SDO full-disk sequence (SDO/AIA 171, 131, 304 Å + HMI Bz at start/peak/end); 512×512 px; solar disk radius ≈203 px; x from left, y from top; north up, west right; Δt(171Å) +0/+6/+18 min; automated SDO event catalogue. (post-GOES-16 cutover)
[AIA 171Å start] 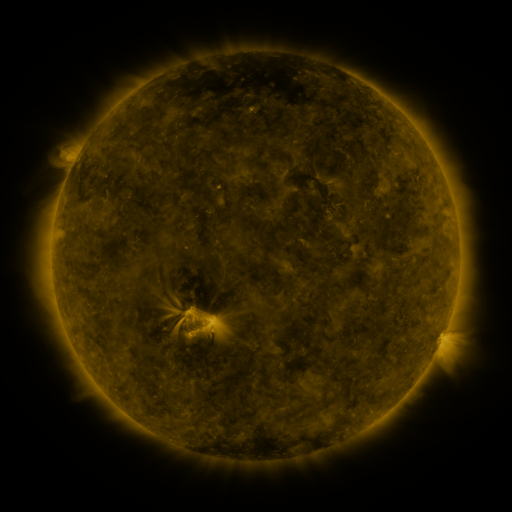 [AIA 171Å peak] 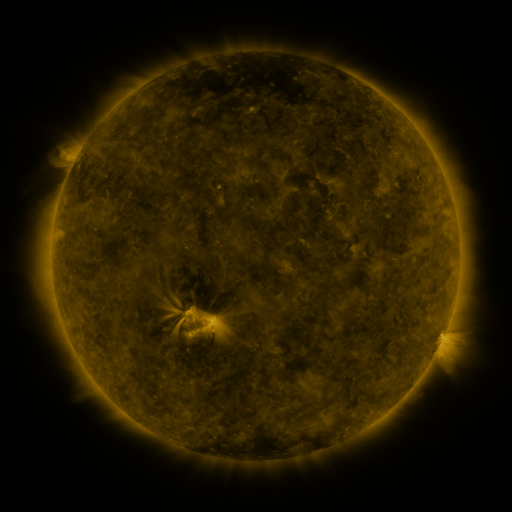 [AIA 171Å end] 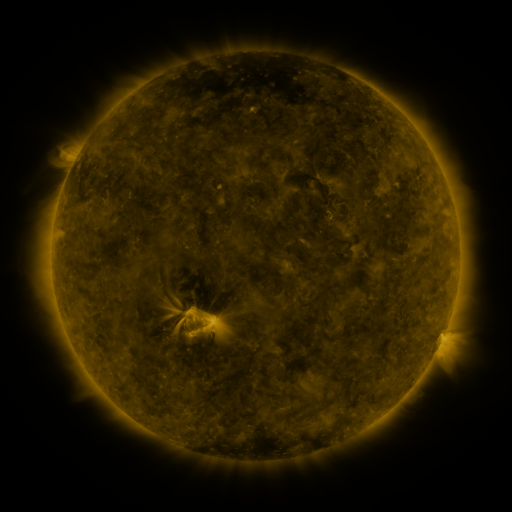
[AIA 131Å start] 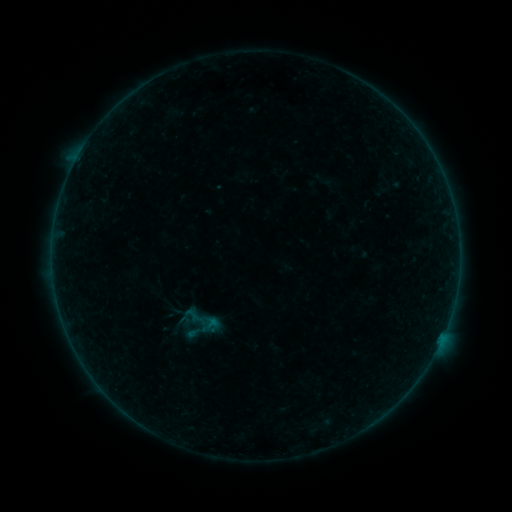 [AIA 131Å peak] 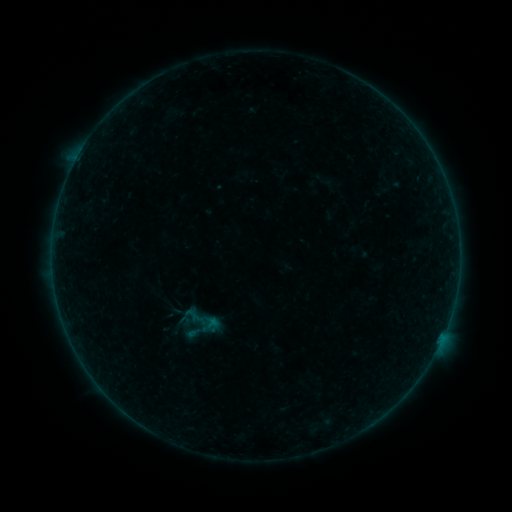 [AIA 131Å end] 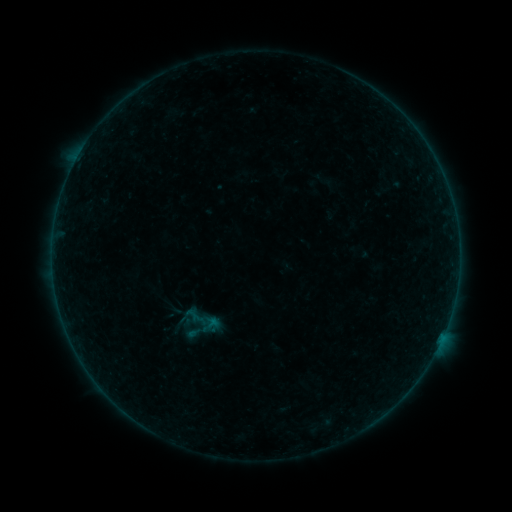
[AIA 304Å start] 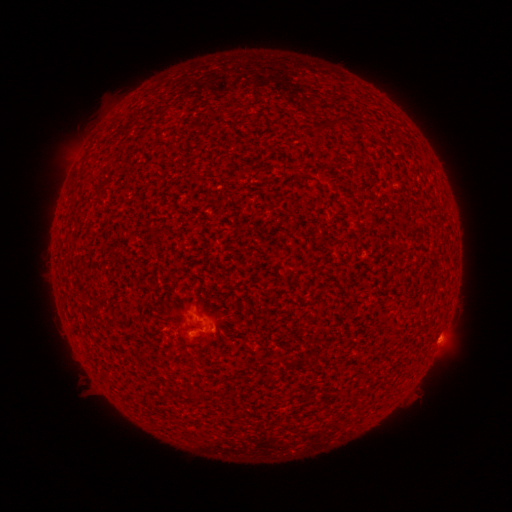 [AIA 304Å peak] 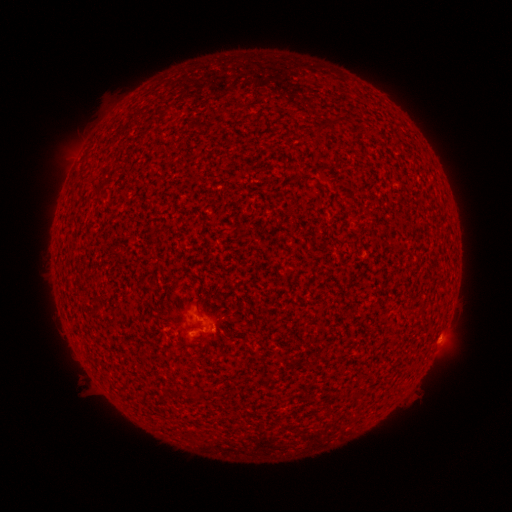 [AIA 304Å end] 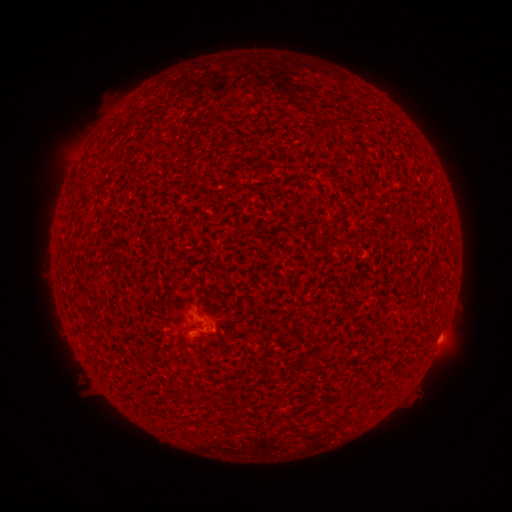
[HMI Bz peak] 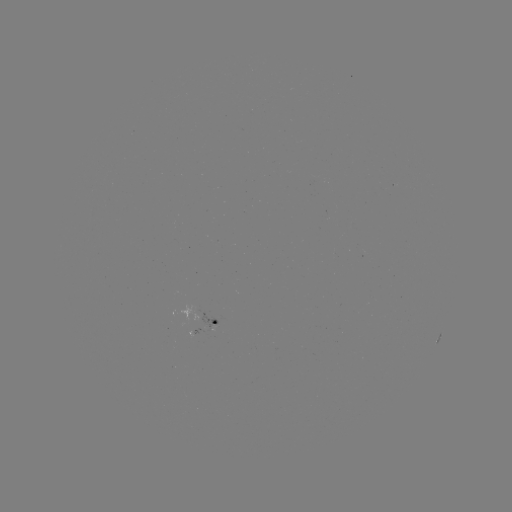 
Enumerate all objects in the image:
A6.8 flare: (440, 335)
